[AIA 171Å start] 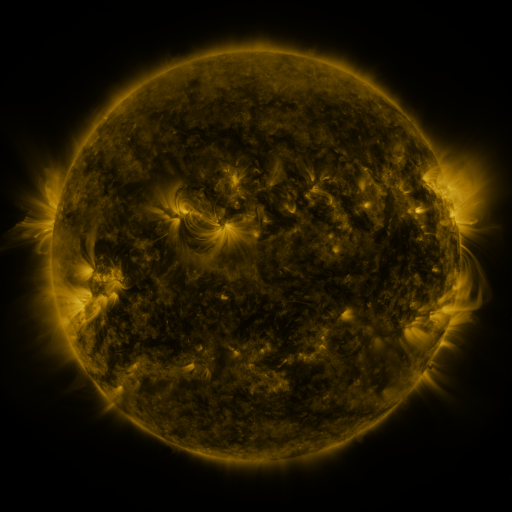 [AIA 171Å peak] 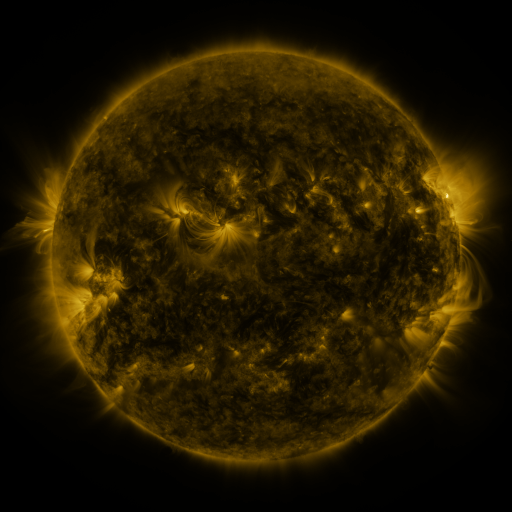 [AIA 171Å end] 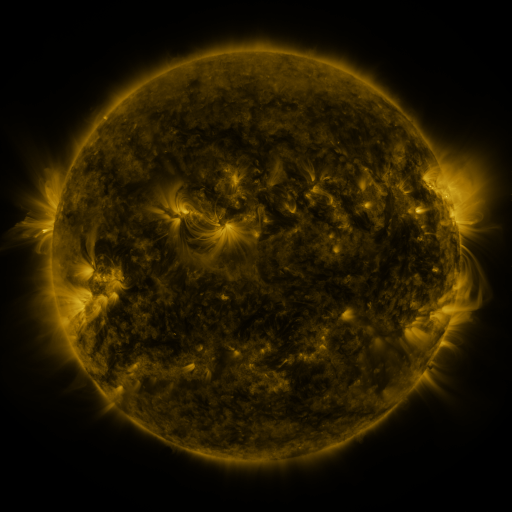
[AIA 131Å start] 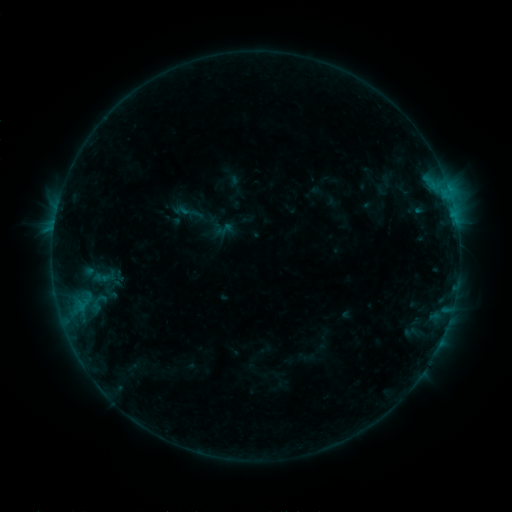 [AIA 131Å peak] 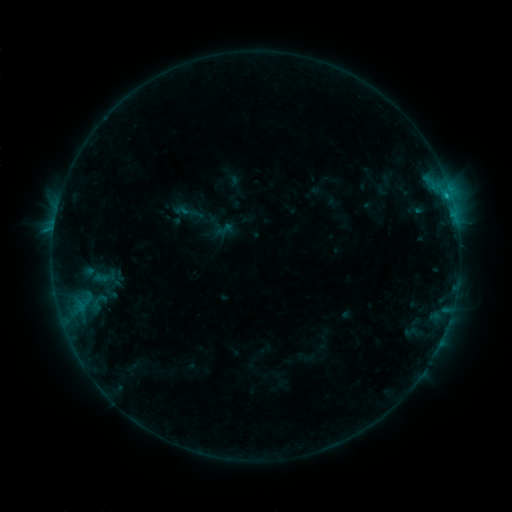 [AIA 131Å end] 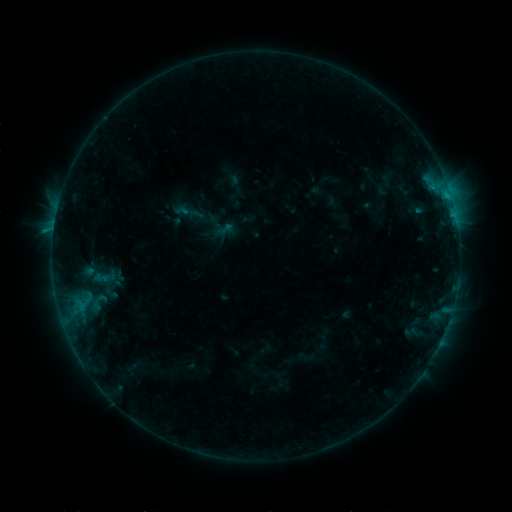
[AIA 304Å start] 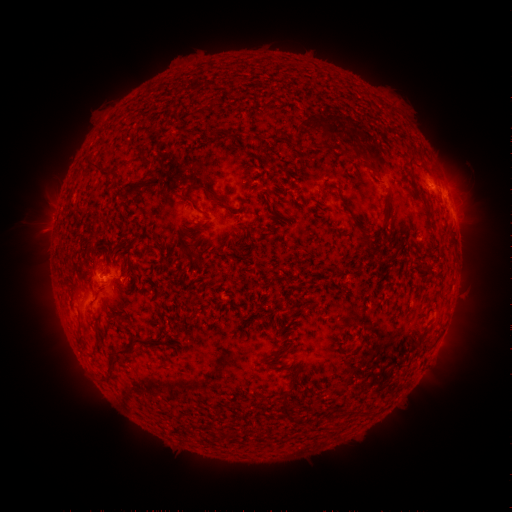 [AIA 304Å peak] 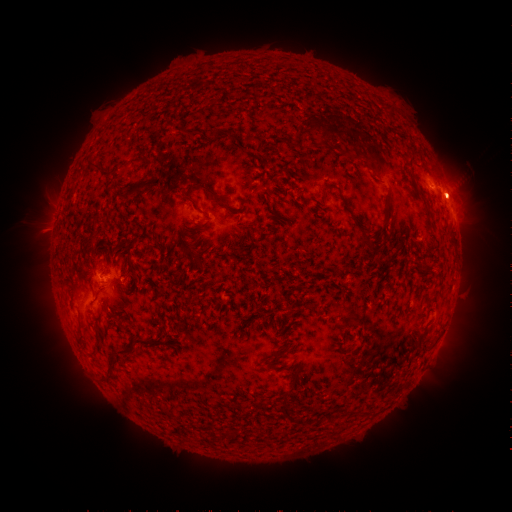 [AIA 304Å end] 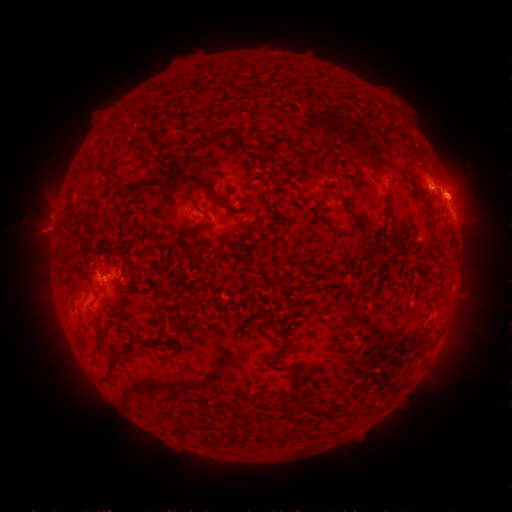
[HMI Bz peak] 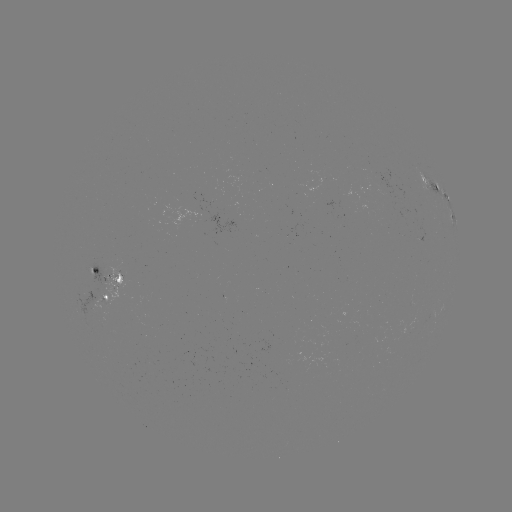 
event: flare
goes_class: B7.5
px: (447, 199)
